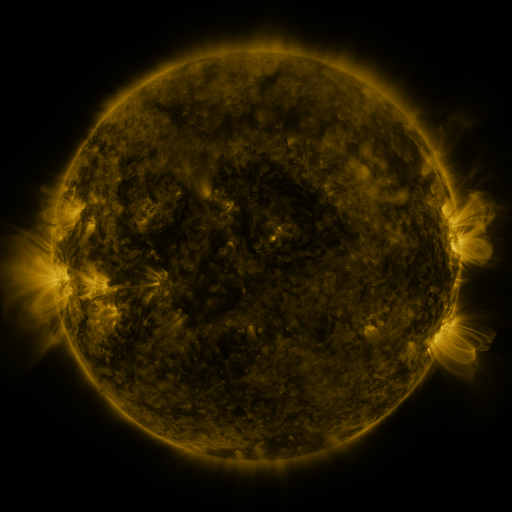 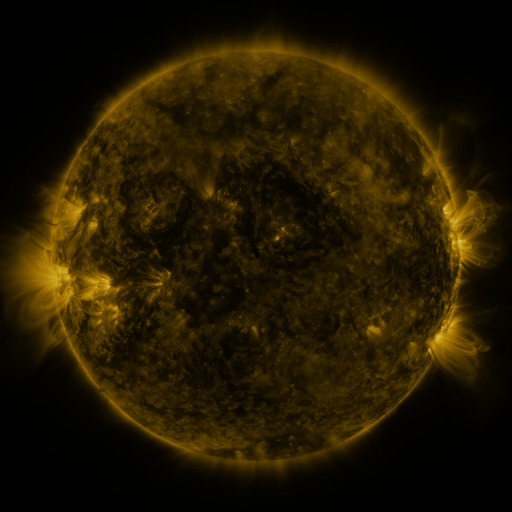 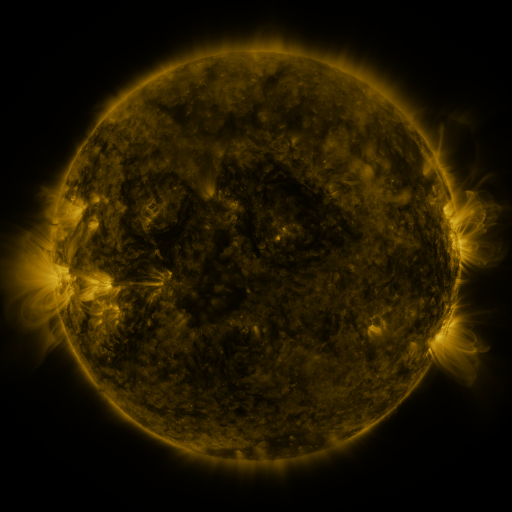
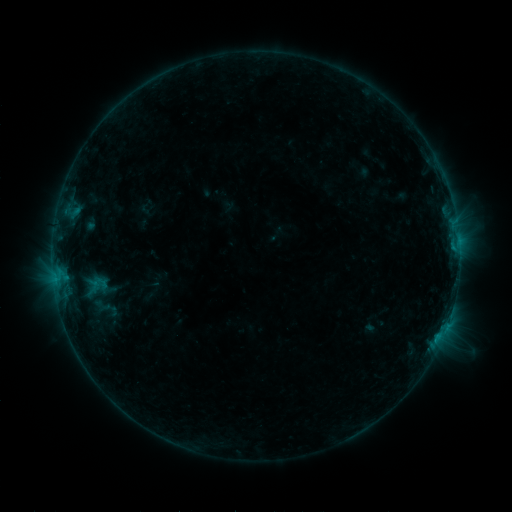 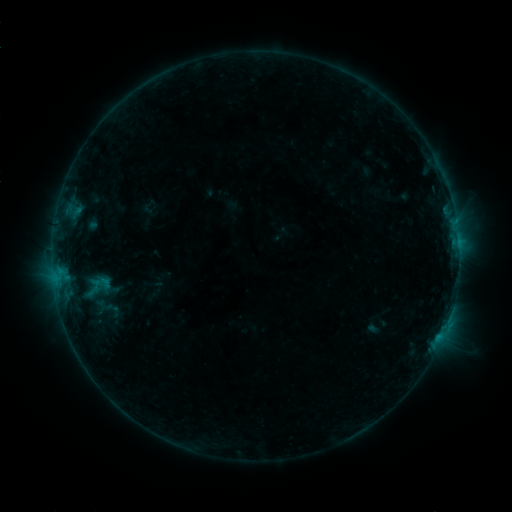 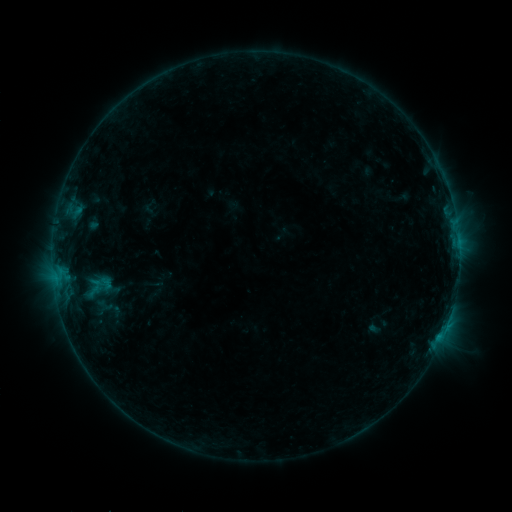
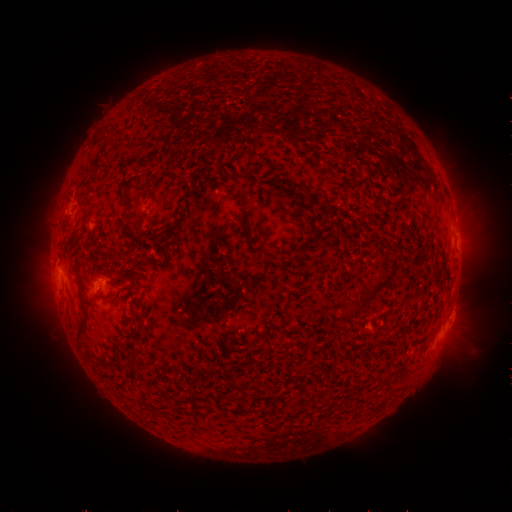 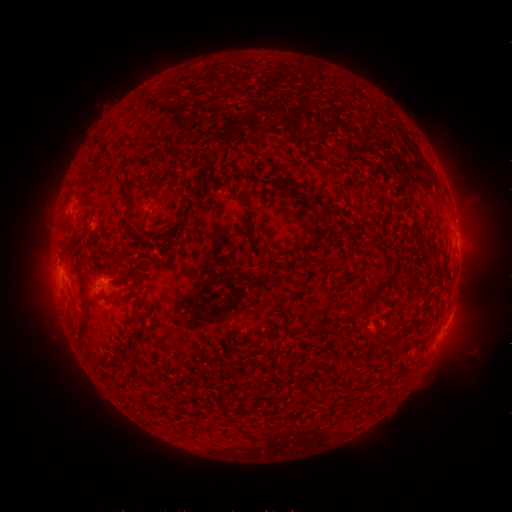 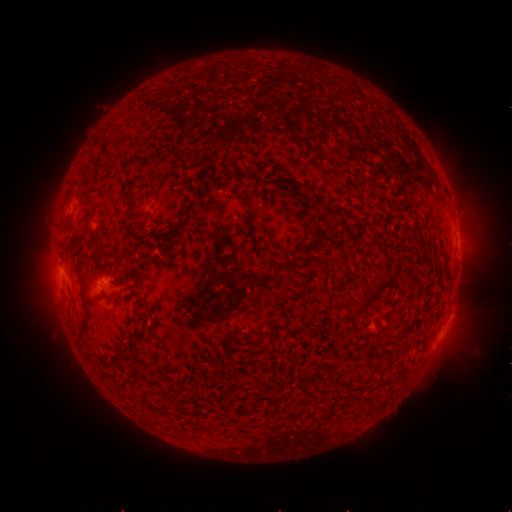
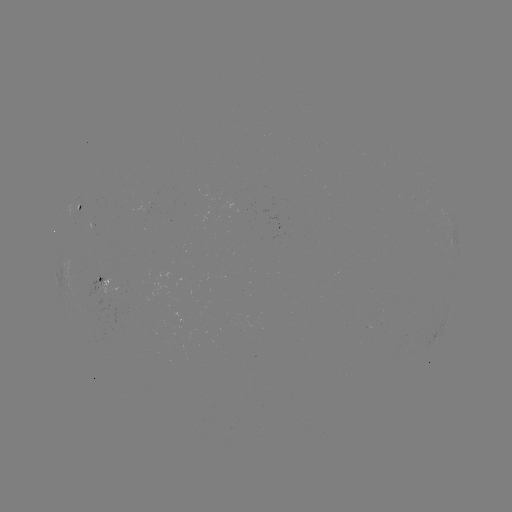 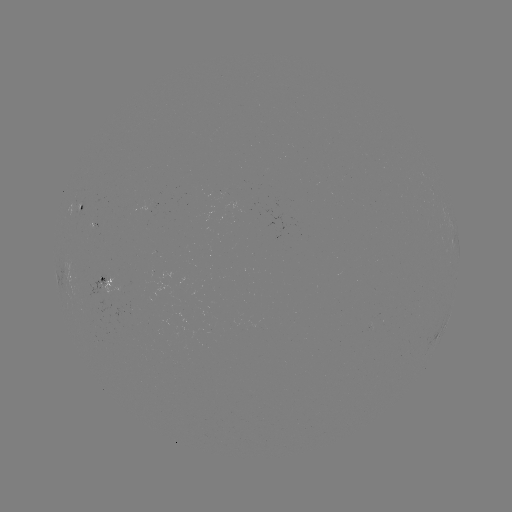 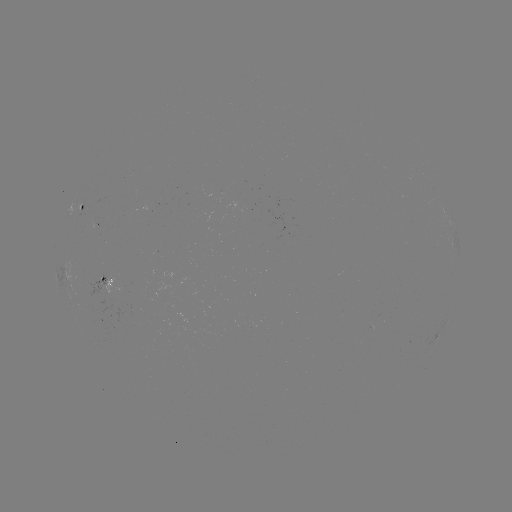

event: emerging-flux region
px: (106, 294)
